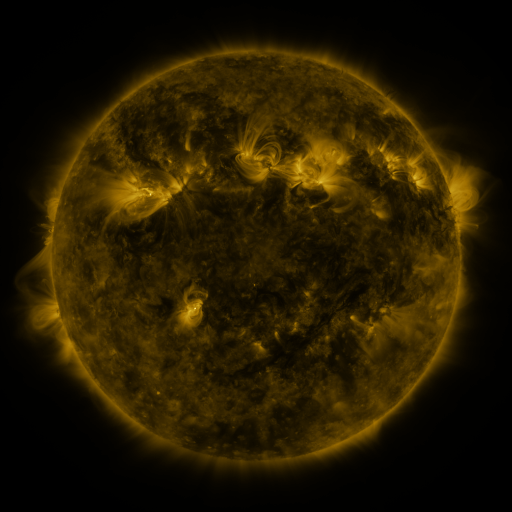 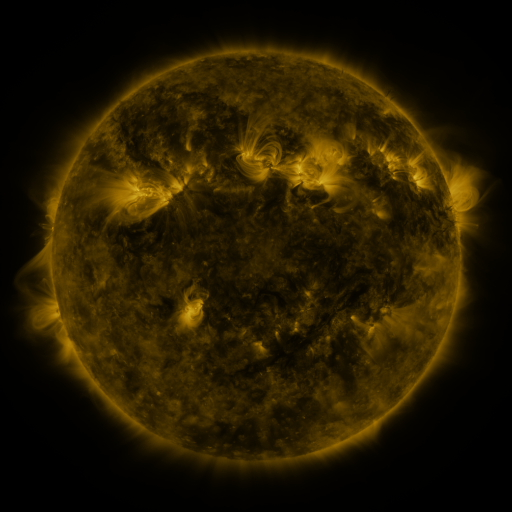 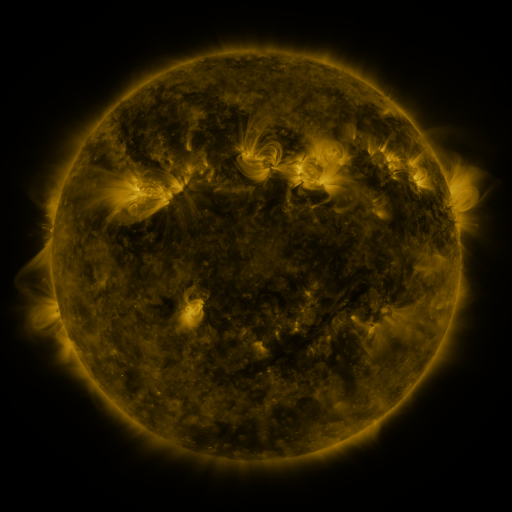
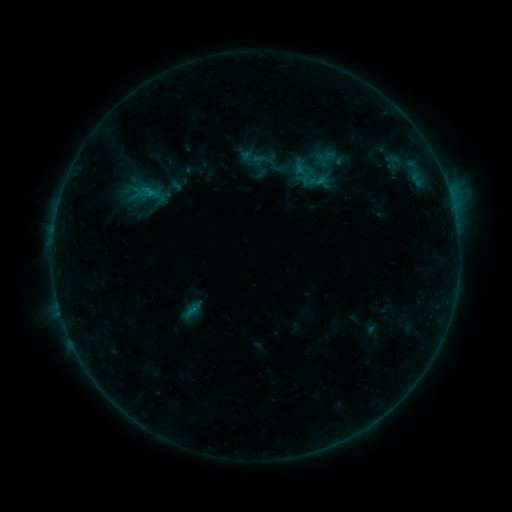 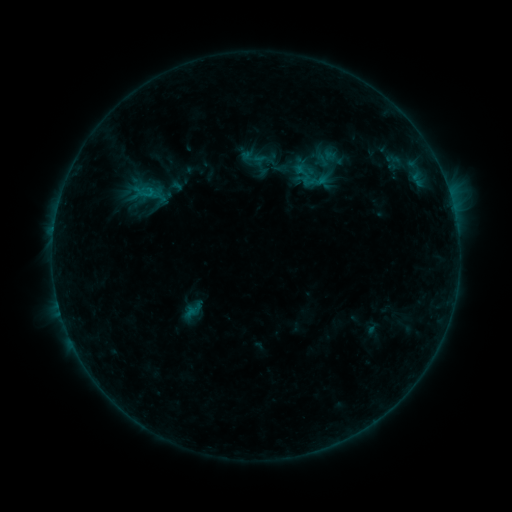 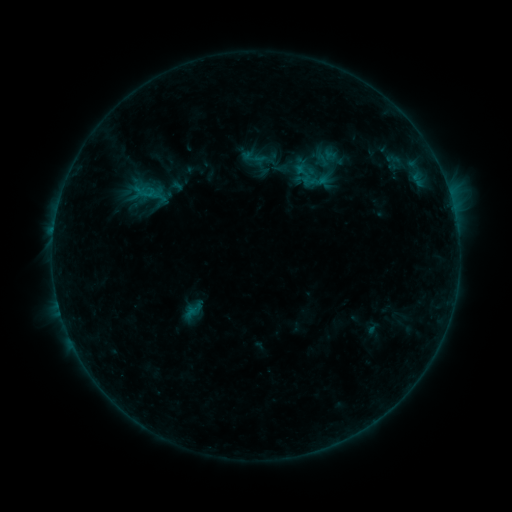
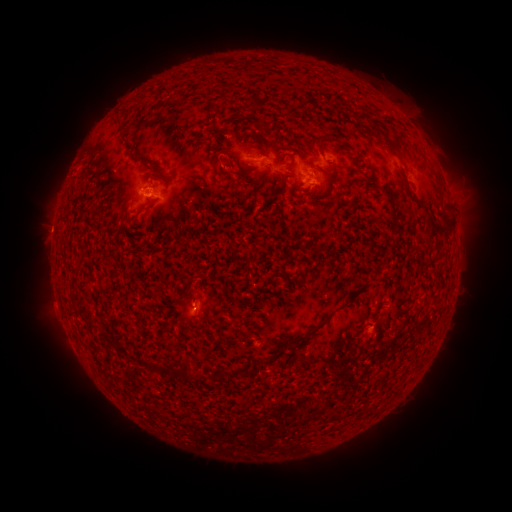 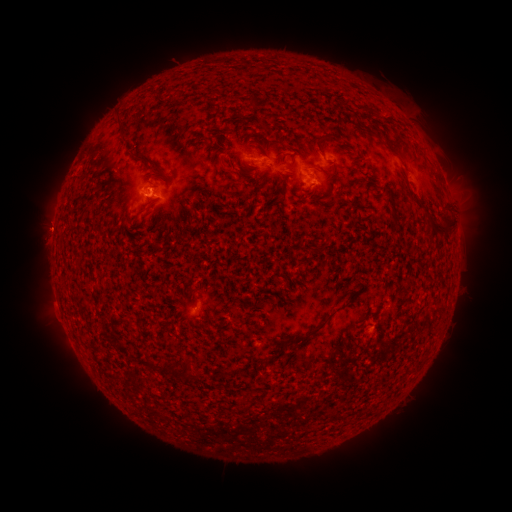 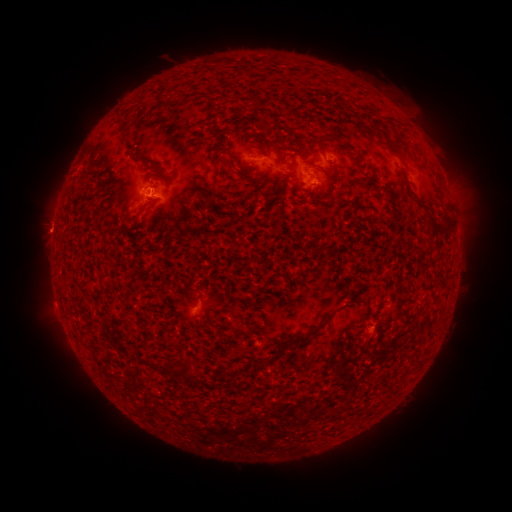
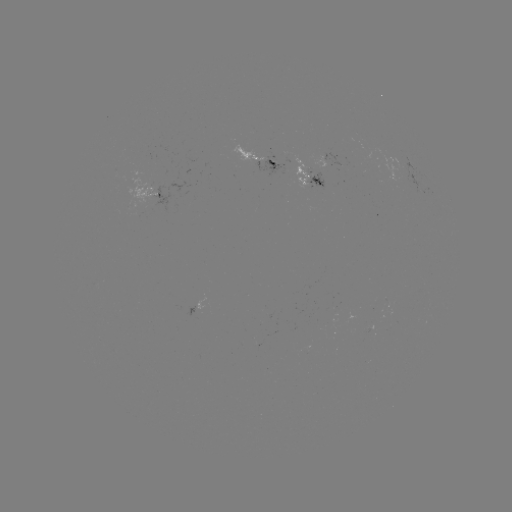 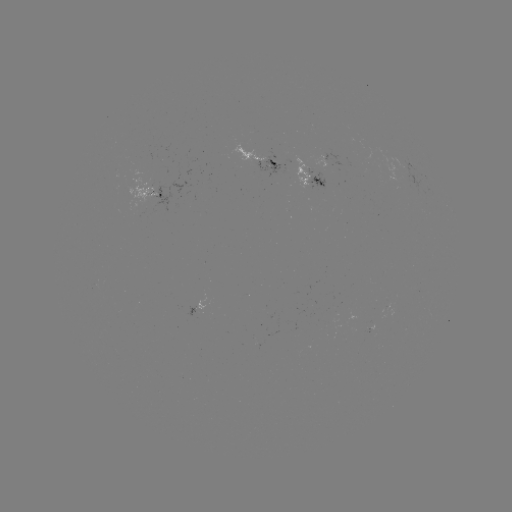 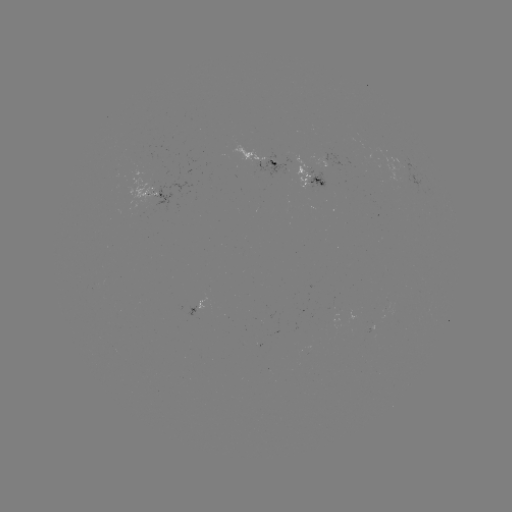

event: emerging-flux region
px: (307, 179)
